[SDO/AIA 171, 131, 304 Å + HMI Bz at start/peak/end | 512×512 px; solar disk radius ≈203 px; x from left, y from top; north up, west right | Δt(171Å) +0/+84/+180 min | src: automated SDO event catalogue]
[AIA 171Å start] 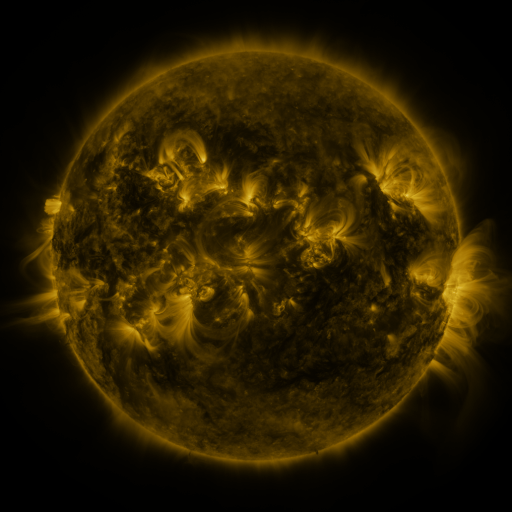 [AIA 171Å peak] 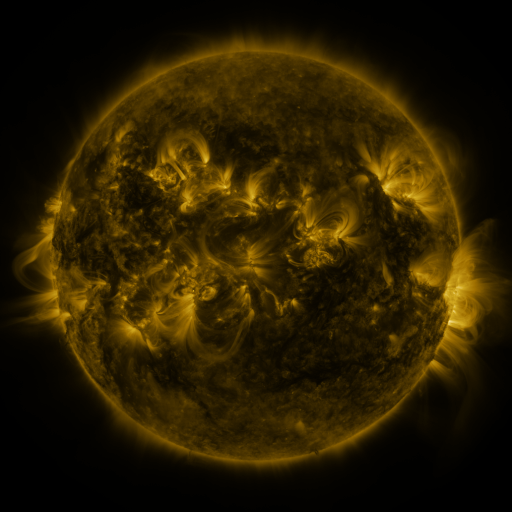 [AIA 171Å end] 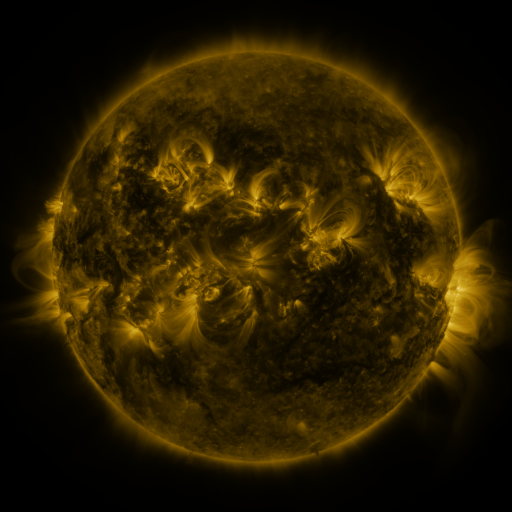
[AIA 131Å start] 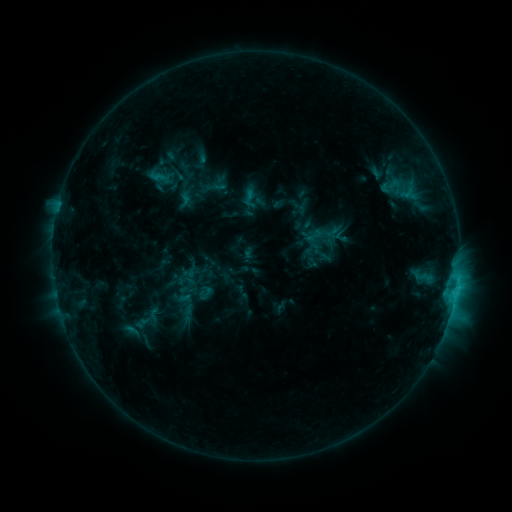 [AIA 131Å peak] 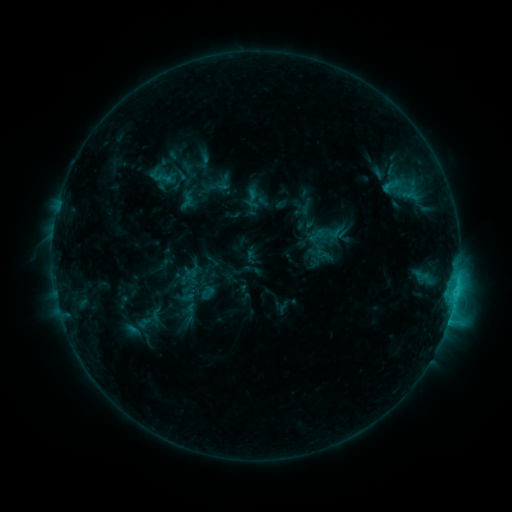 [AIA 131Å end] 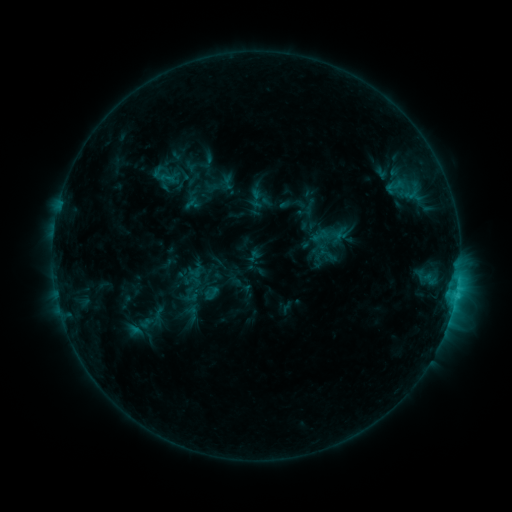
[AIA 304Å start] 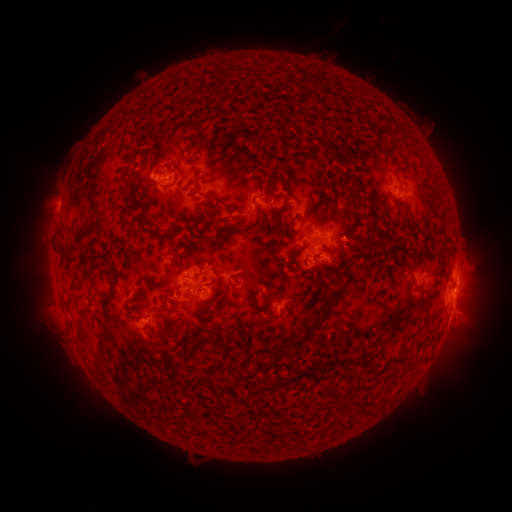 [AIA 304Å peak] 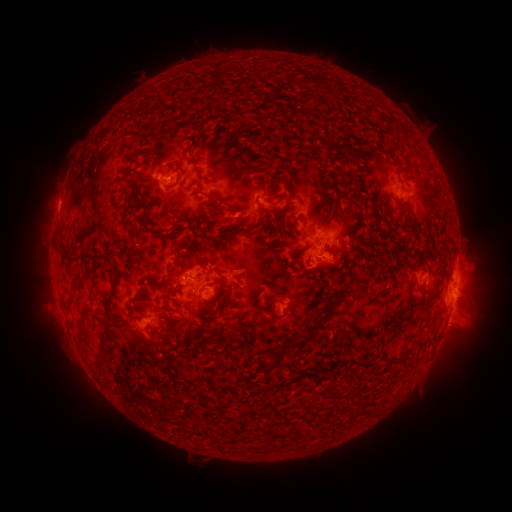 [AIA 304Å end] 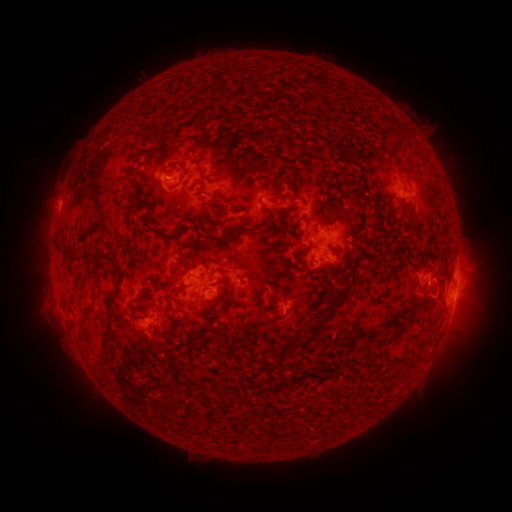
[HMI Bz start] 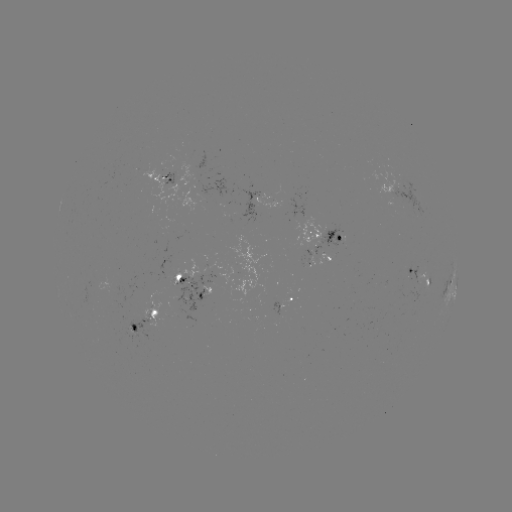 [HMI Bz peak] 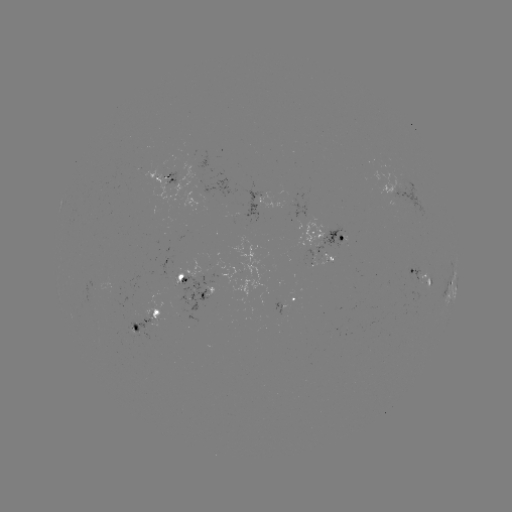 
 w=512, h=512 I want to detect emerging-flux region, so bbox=[201, 174, 237, 197].